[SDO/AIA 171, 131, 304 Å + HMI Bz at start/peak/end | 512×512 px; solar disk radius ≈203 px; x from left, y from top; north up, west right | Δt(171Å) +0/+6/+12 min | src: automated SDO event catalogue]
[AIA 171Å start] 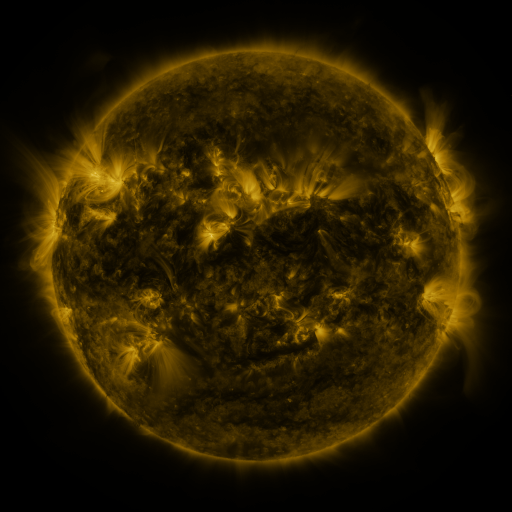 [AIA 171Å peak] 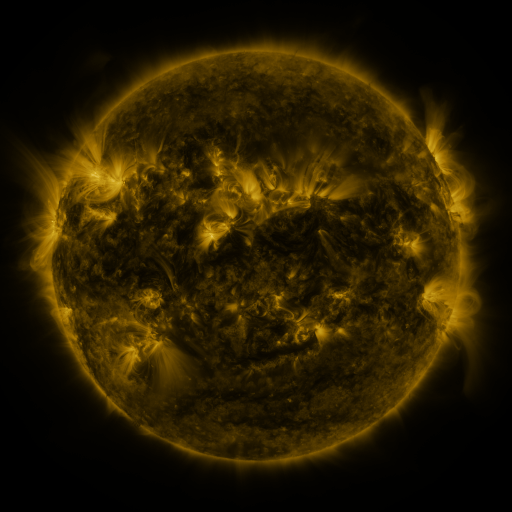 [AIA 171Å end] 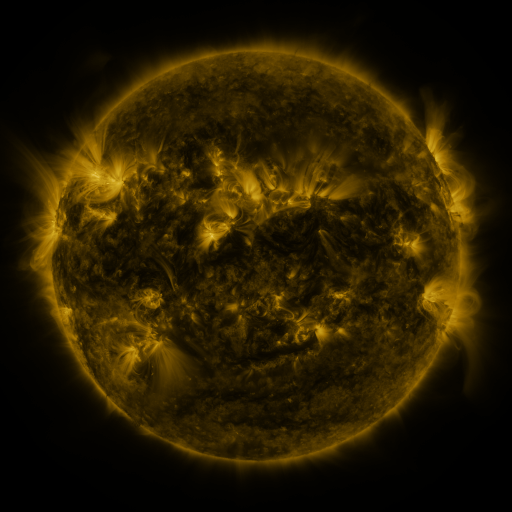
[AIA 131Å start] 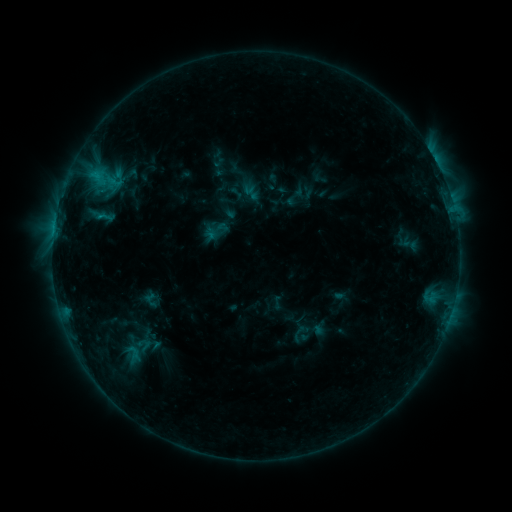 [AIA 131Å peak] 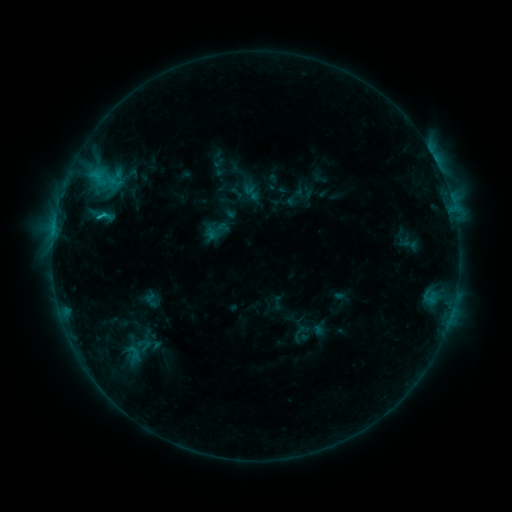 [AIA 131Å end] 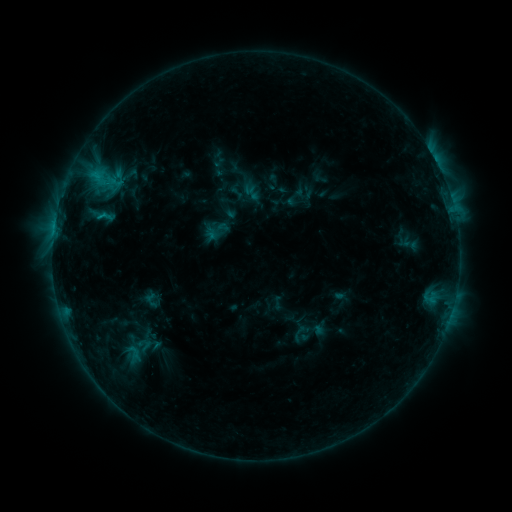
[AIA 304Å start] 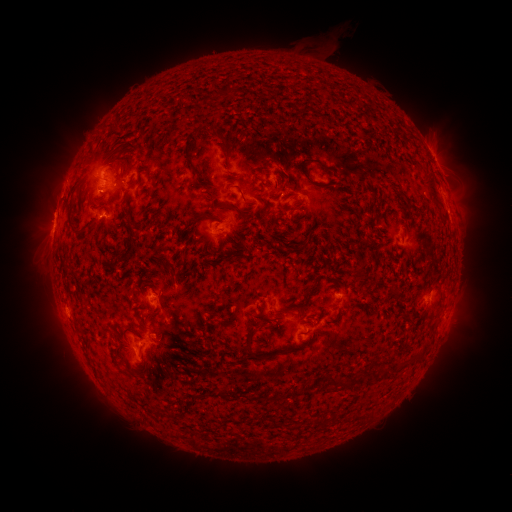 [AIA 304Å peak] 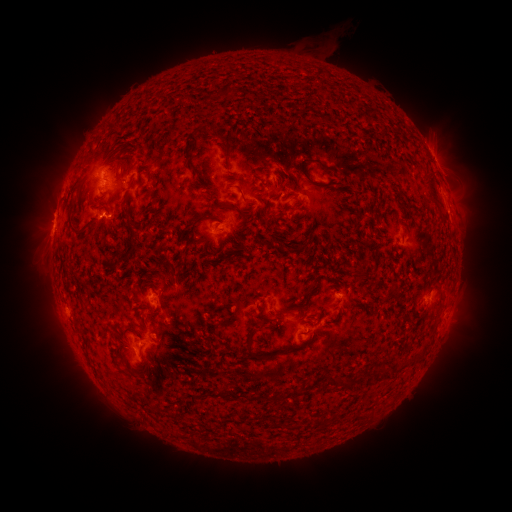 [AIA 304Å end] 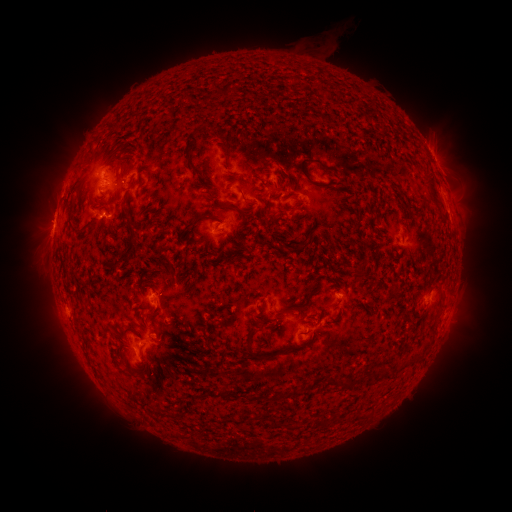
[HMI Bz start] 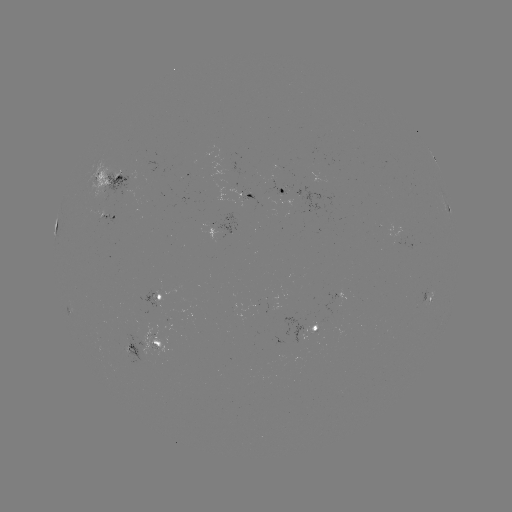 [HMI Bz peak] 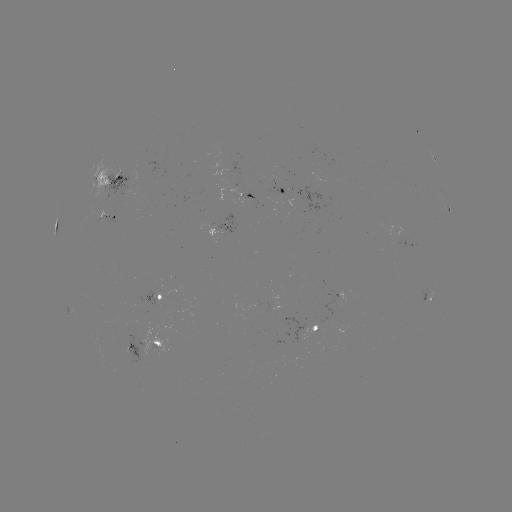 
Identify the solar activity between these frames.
C1.1 flare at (106, 215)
